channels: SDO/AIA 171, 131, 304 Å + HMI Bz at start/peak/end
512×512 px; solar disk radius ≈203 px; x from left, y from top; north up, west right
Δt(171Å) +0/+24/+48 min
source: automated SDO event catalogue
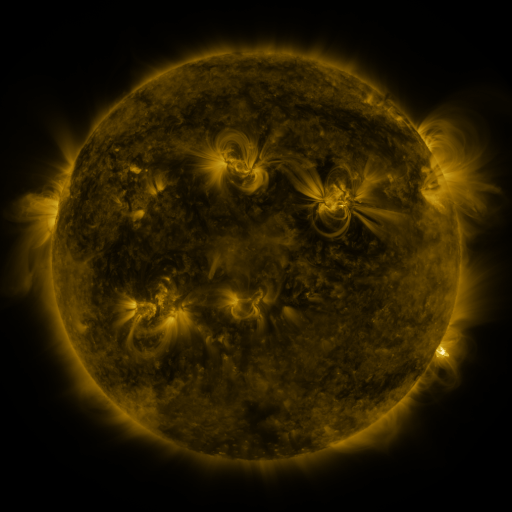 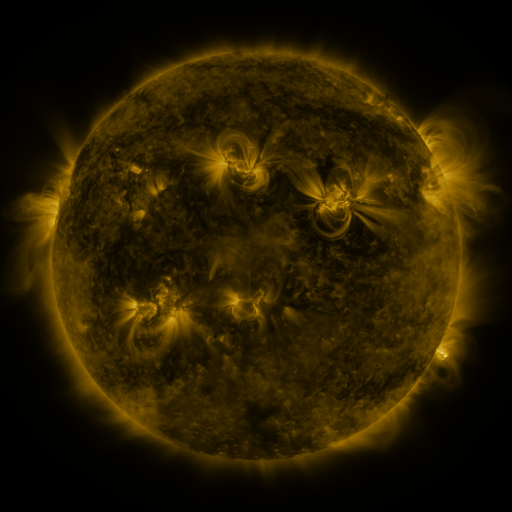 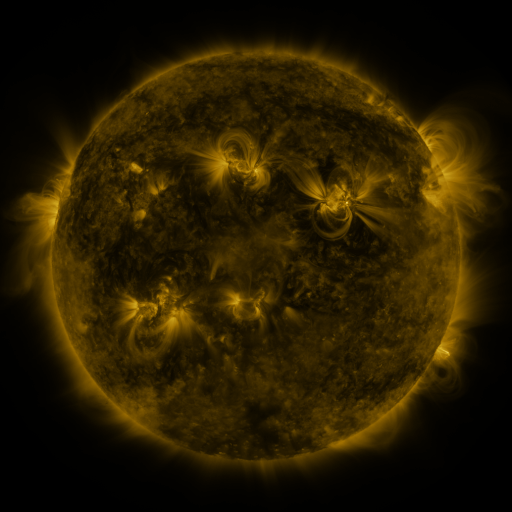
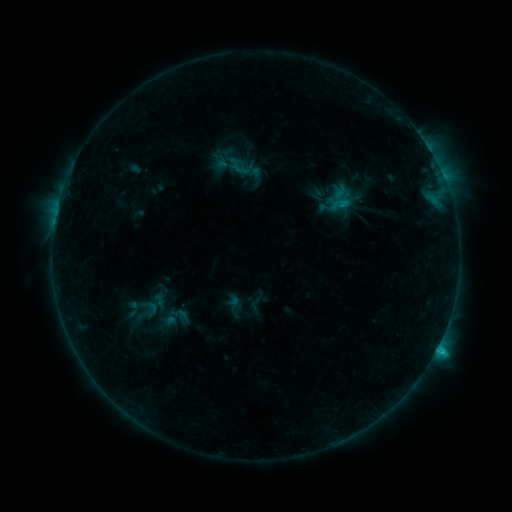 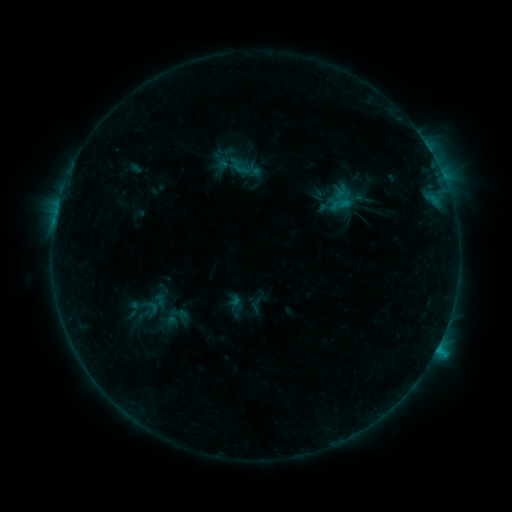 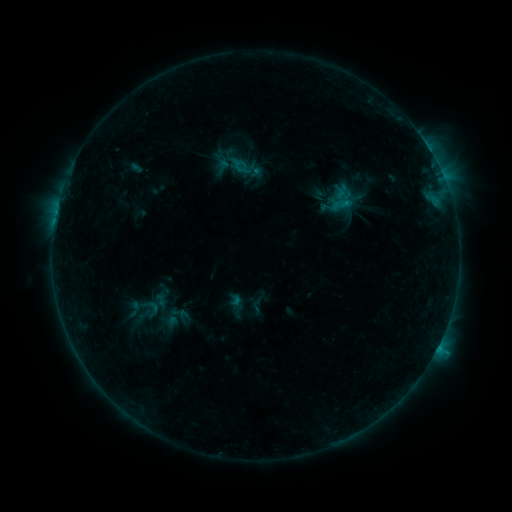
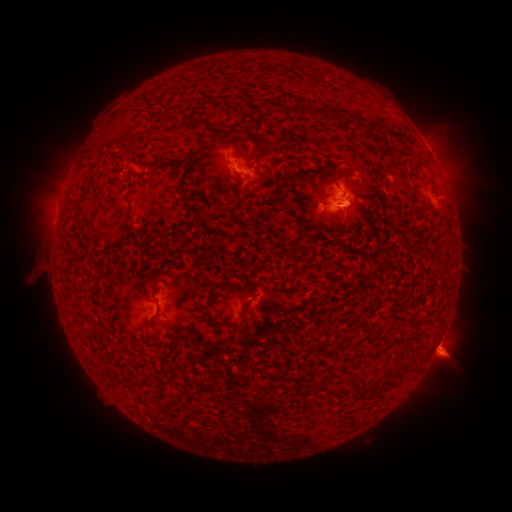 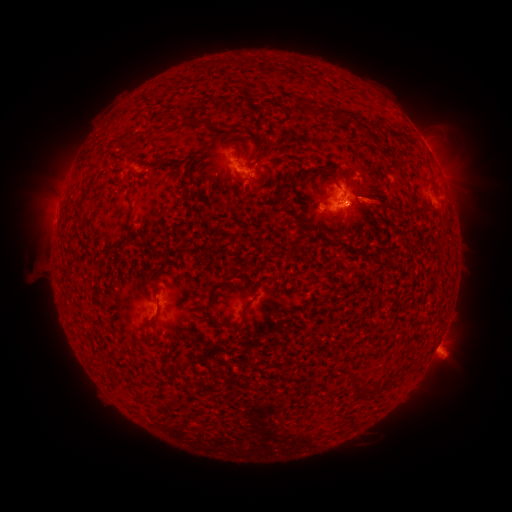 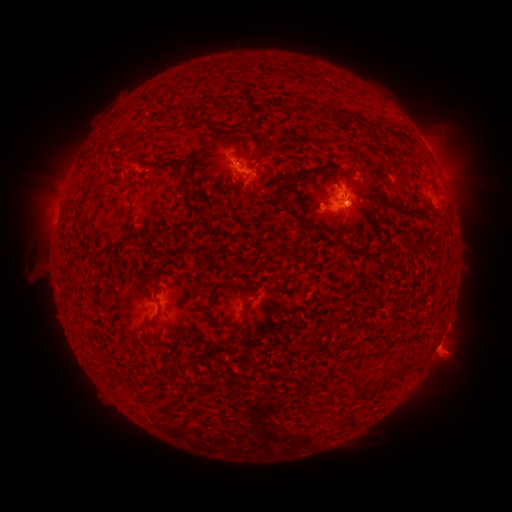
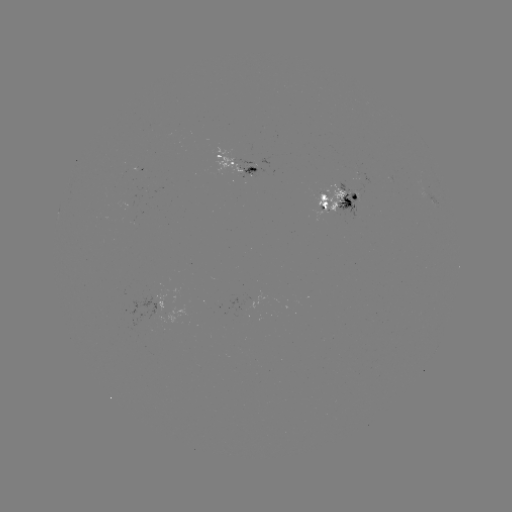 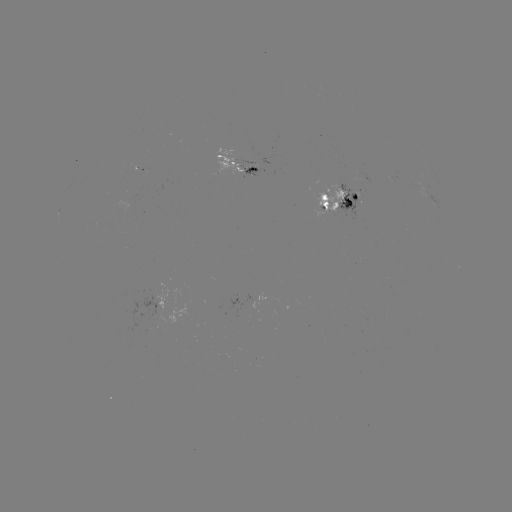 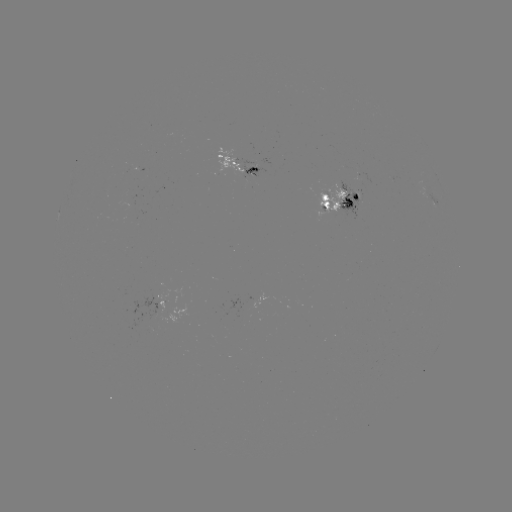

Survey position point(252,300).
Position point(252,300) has emerging-flux region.